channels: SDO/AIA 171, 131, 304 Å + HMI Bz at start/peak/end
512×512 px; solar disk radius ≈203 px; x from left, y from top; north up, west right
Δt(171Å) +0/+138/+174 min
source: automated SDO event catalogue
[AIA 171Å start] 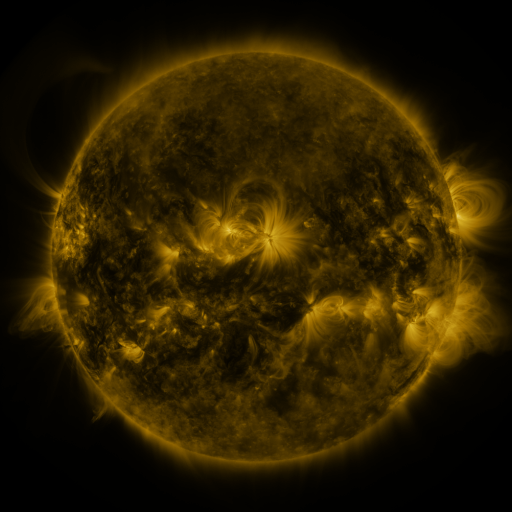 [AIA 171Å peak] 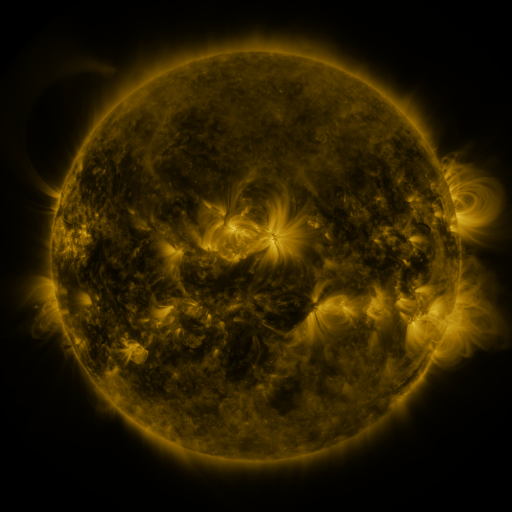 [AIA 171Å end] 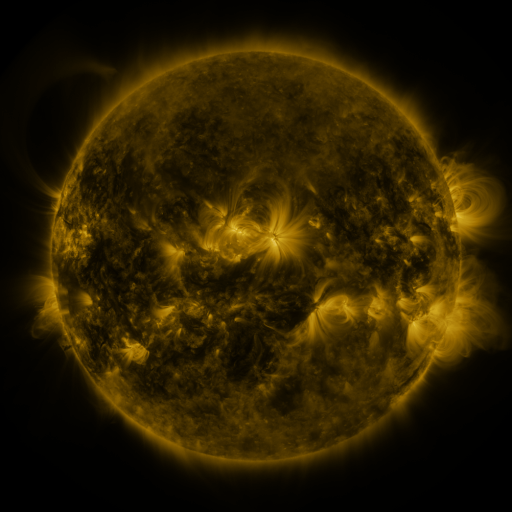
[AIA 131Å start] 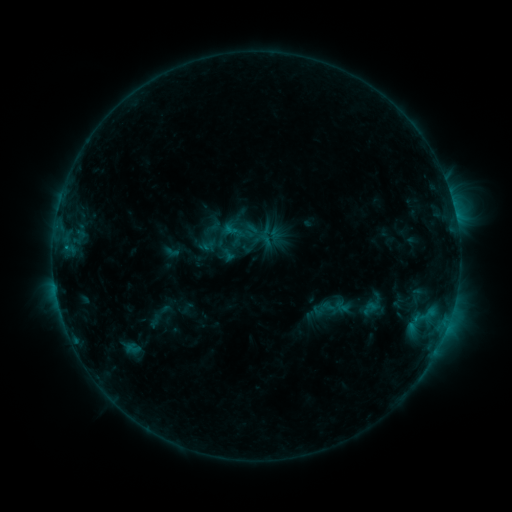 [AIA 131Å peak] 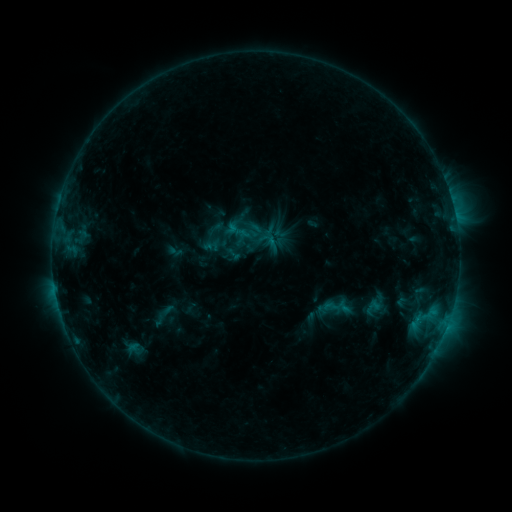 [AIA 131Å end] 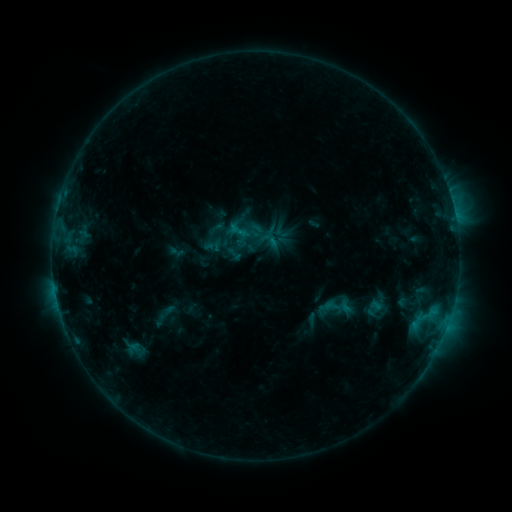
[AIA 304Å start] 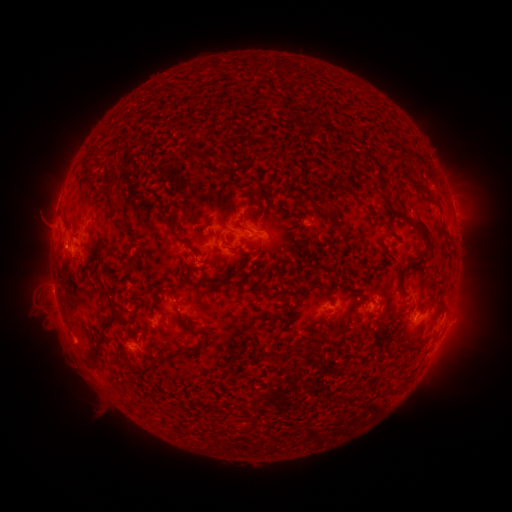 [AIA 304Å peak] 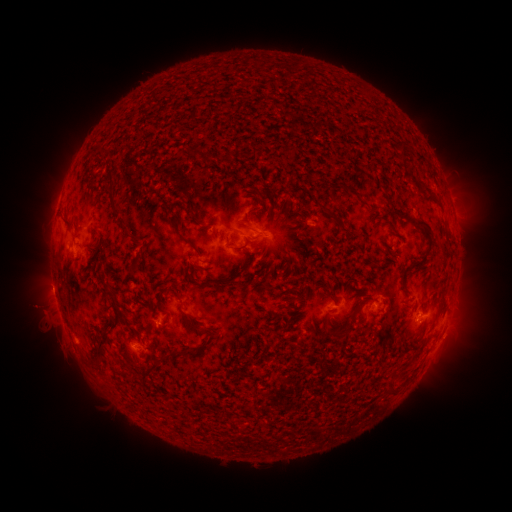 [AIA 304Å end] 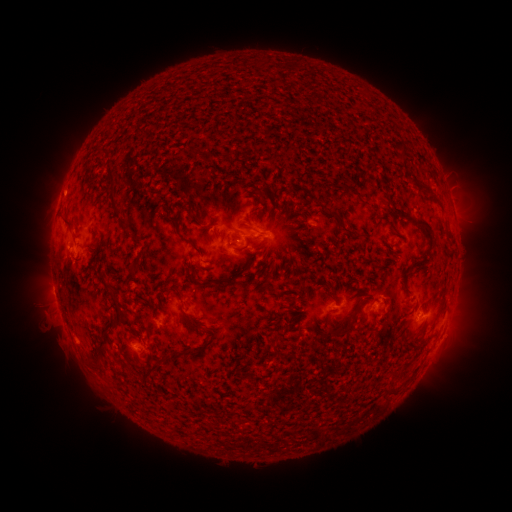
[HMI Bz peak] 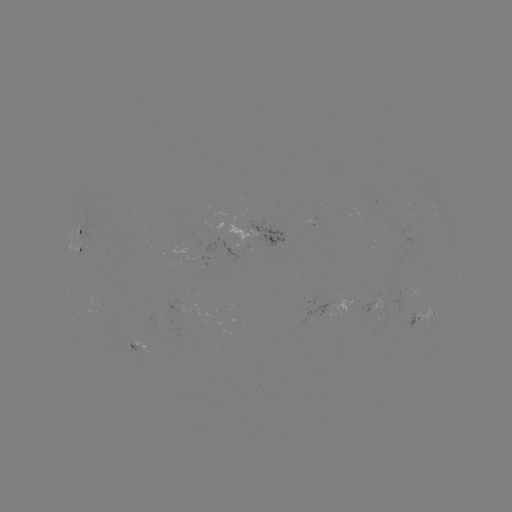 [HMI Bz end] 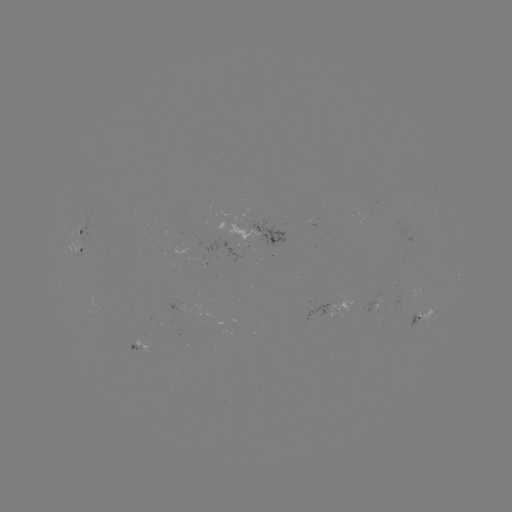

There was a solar emerging-flux region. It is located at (200, 261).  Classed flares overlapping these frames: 1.